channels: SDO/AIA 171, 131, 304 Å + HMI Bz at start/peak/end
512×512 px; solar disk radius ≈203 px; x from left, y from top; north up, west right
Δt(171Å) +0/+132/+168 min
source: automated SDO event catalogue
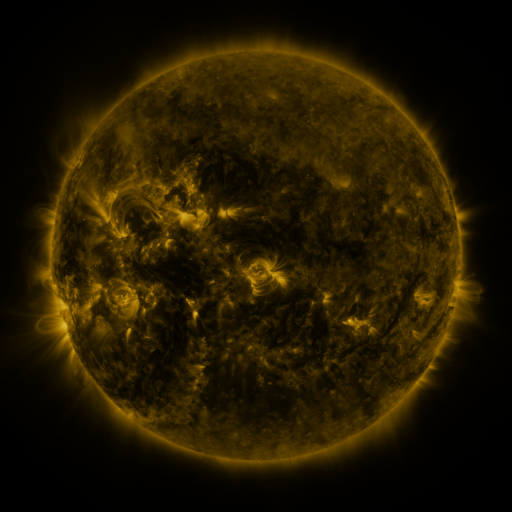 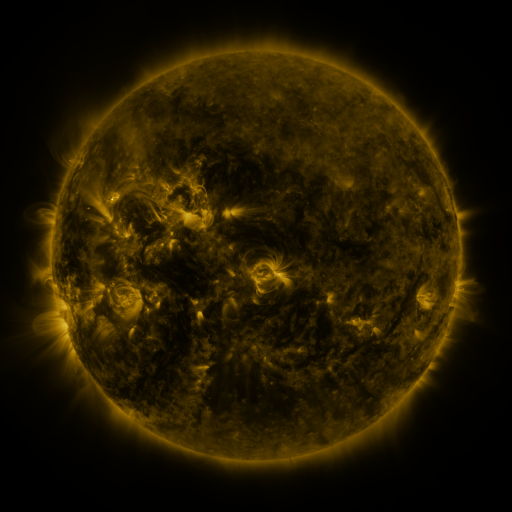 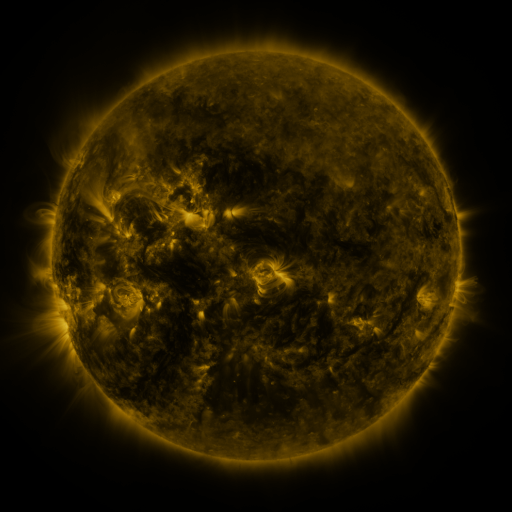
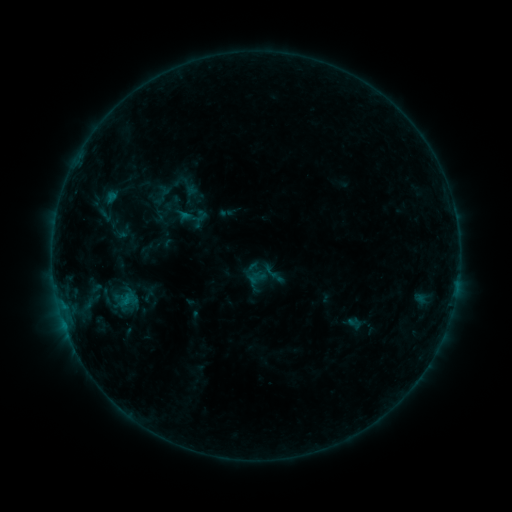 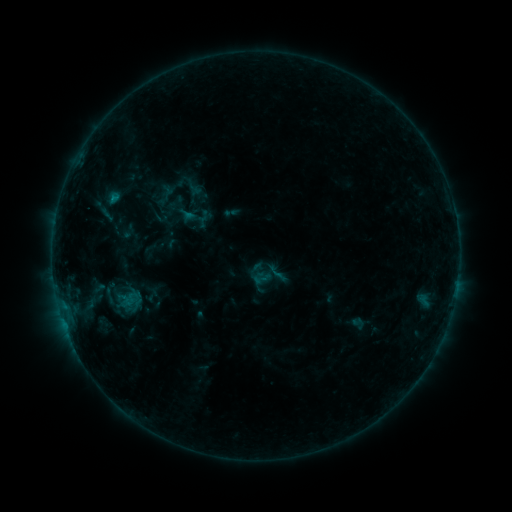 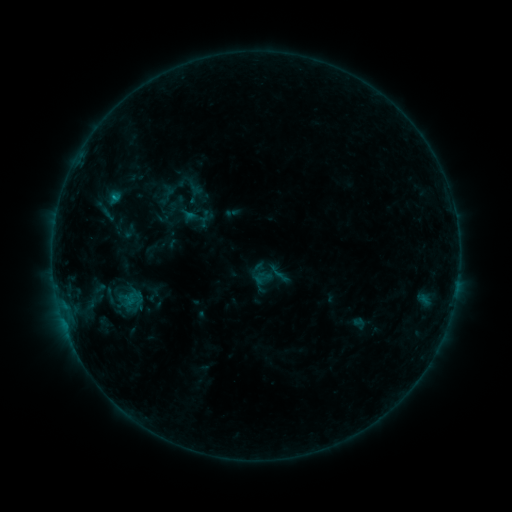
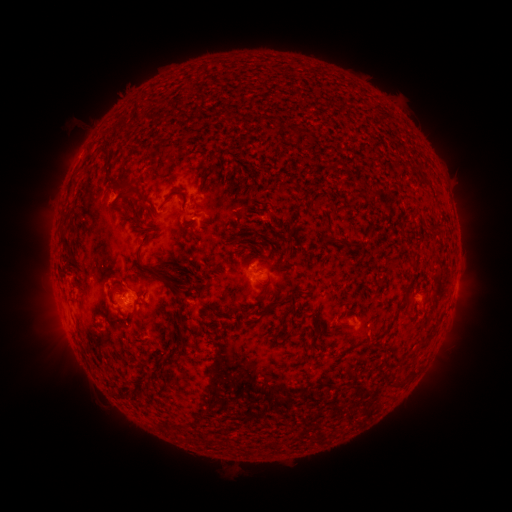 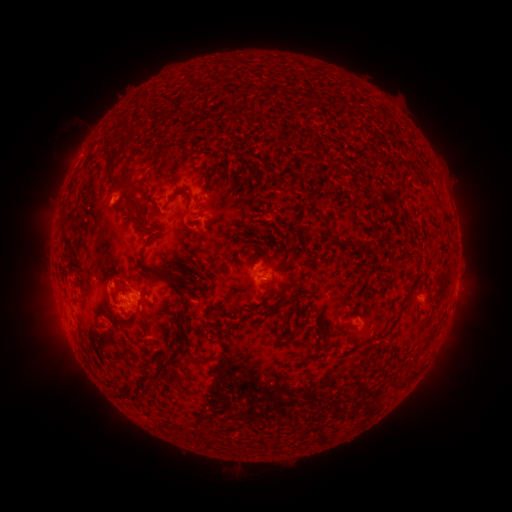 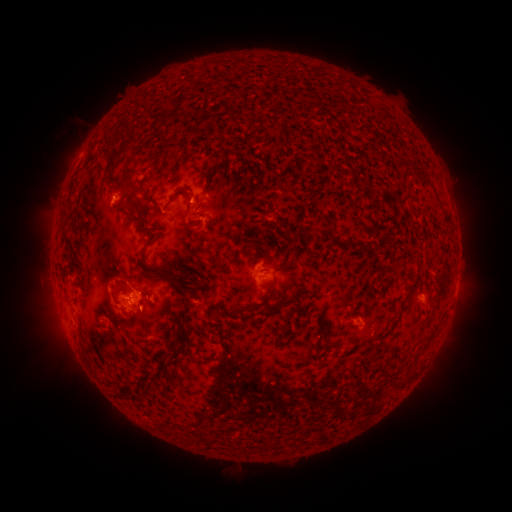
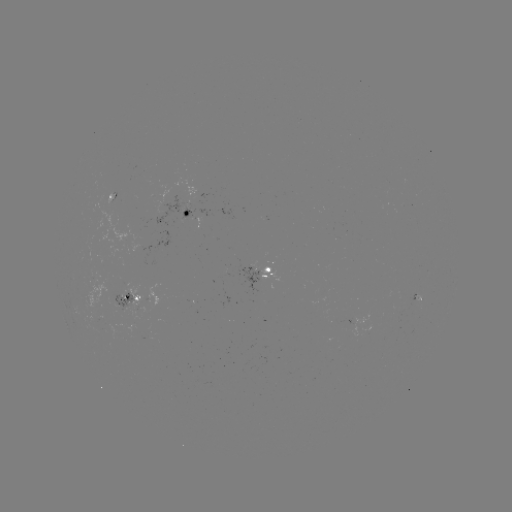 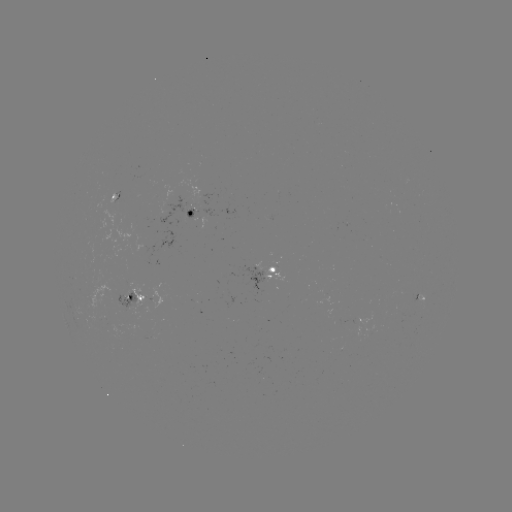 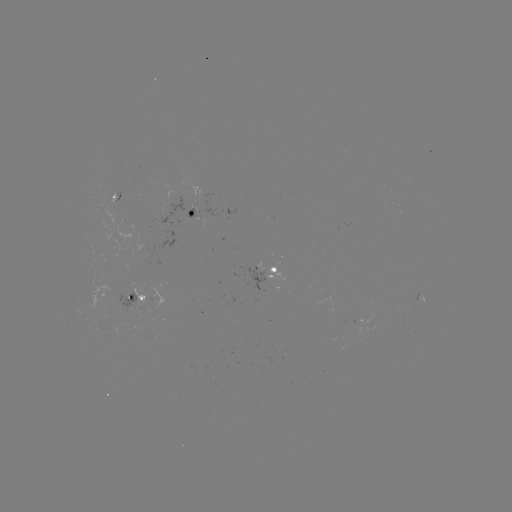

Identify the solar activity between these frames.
emerging-flux region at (99, 329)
